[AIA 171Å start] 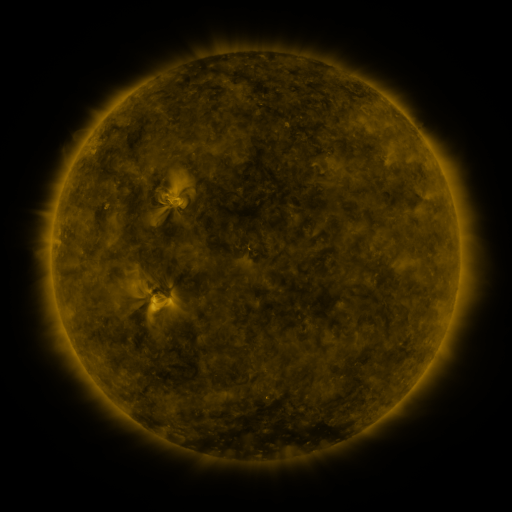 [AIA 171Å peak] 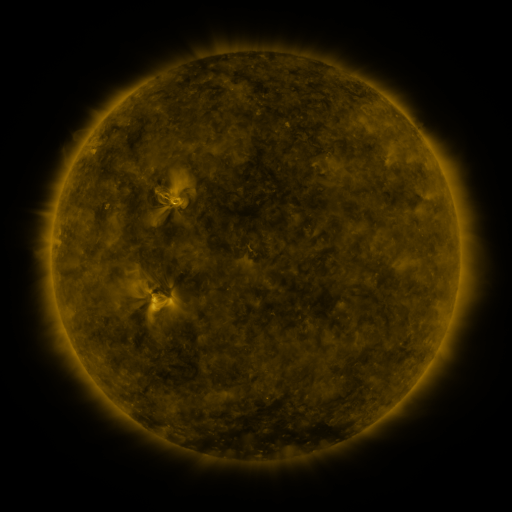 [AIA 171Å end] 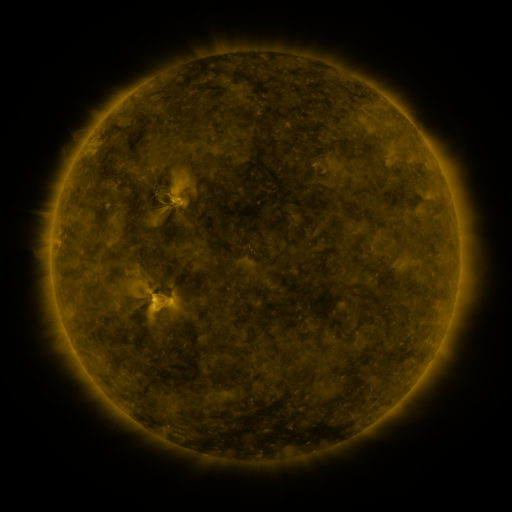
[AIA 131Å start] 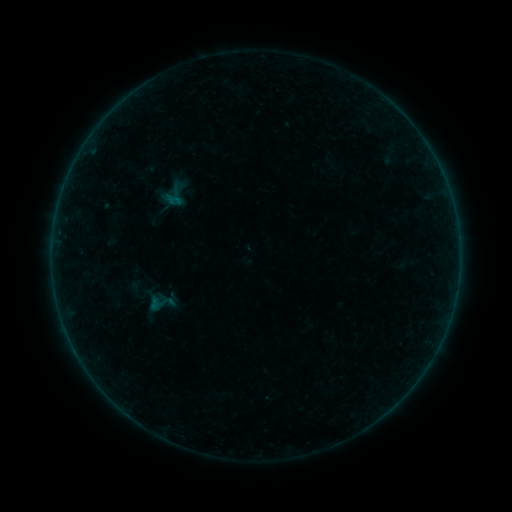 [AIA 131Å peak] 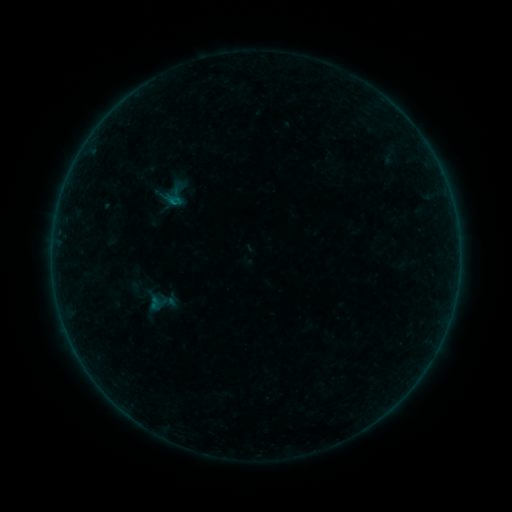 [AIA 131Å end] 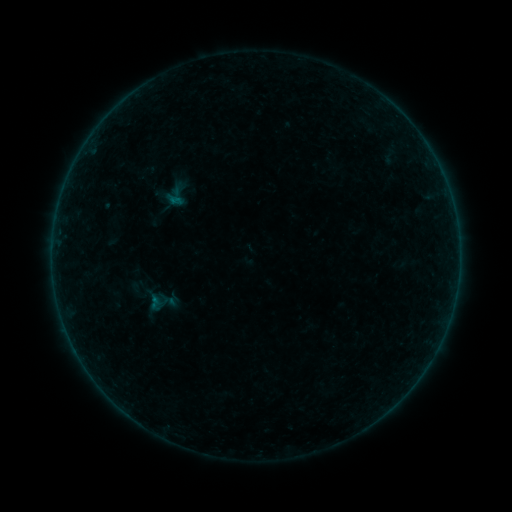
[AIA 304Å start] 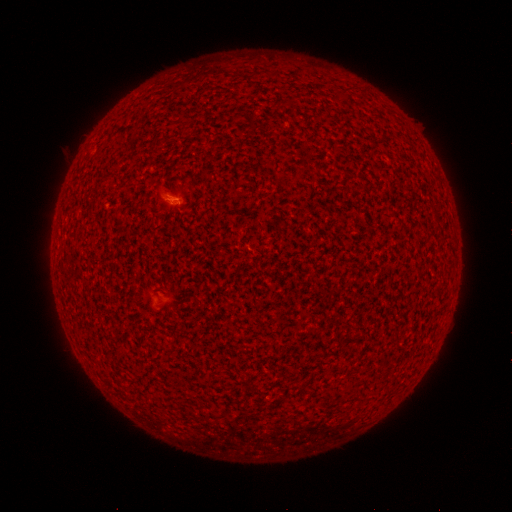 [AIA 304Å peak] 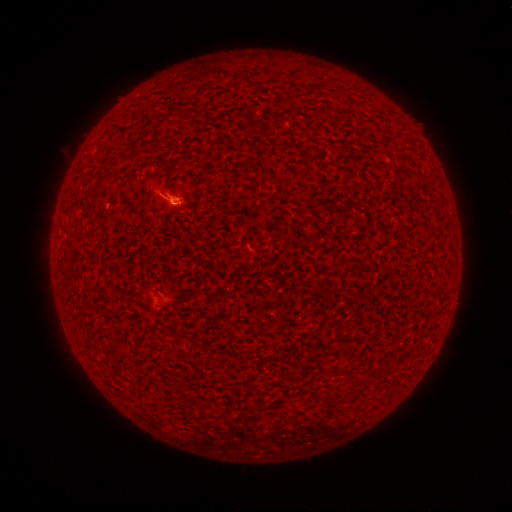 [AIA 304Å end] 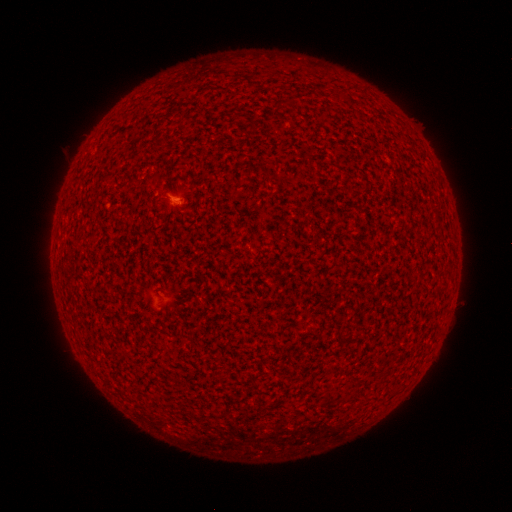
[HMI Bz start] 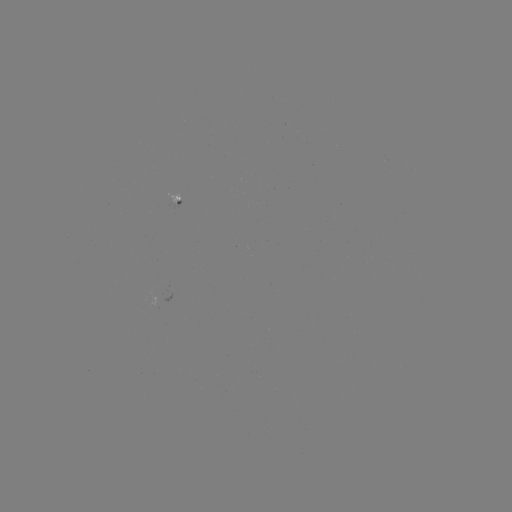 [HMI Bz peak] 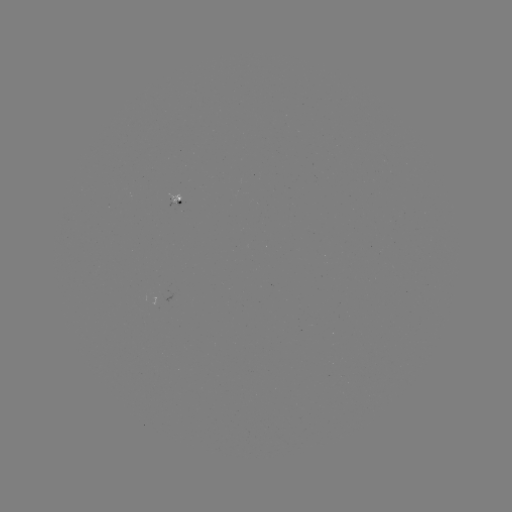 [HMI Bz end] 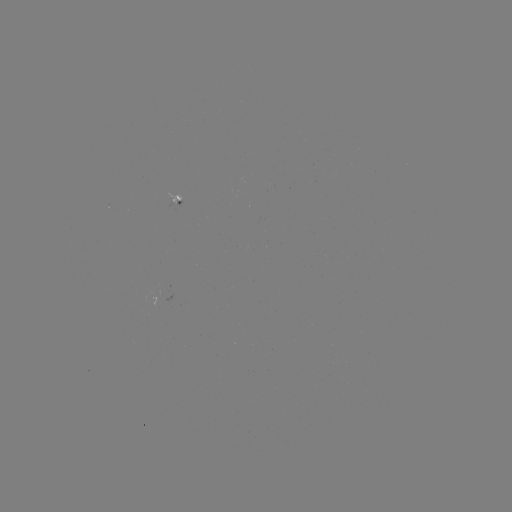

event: flare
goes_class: A4.9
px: (173, 204)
